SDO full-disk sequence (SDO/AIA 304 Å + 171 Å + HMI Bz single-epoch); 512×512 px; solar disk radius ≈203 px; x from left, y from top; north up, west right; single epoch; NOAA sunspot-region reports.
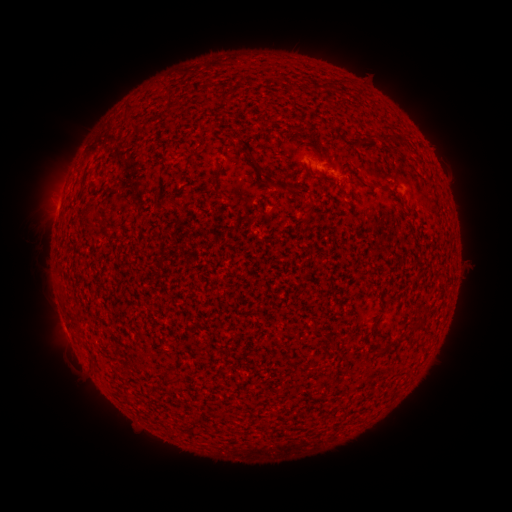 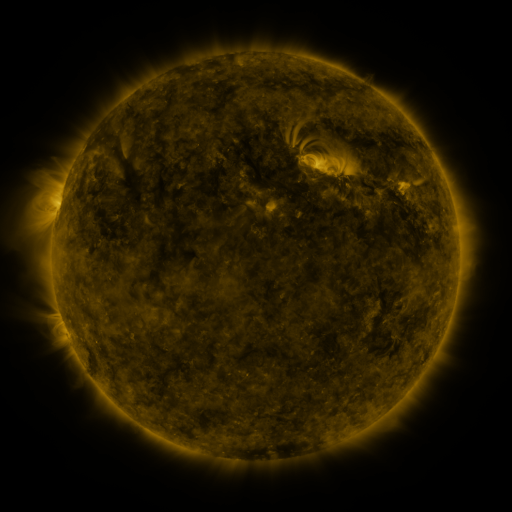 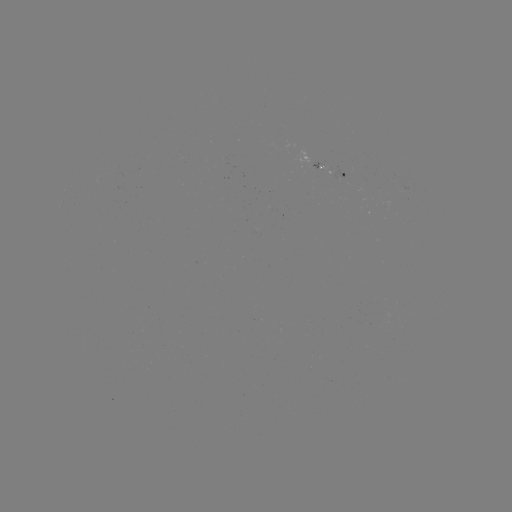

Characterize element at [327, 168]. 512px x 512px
spotted active region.